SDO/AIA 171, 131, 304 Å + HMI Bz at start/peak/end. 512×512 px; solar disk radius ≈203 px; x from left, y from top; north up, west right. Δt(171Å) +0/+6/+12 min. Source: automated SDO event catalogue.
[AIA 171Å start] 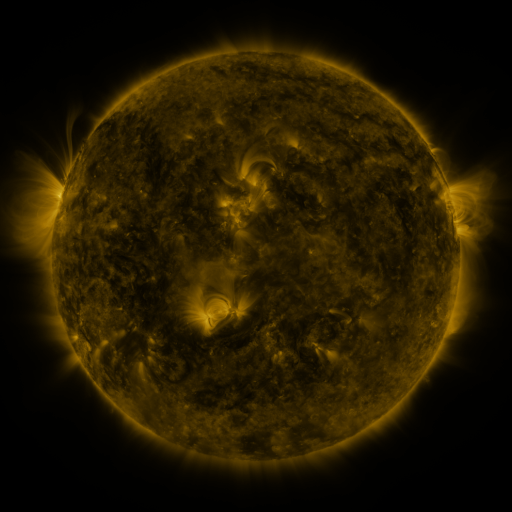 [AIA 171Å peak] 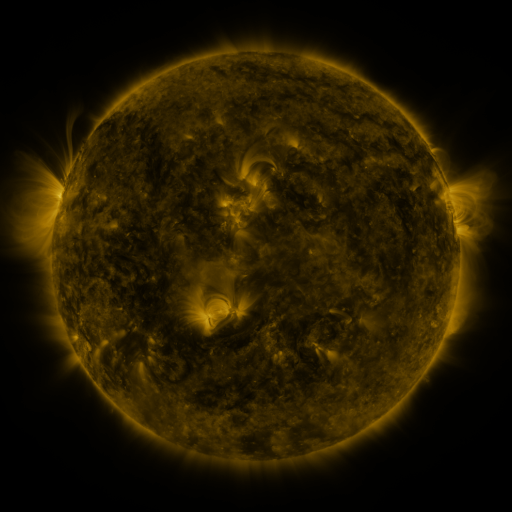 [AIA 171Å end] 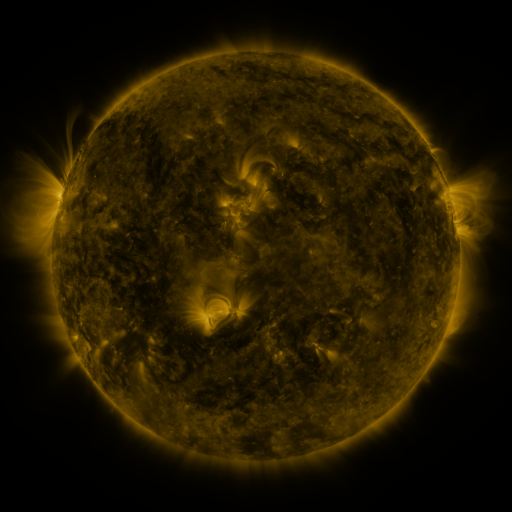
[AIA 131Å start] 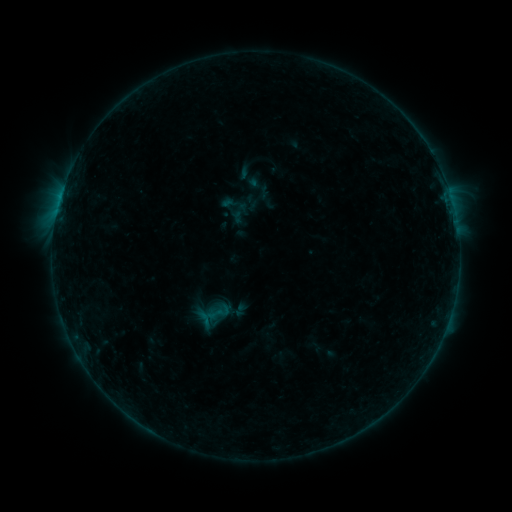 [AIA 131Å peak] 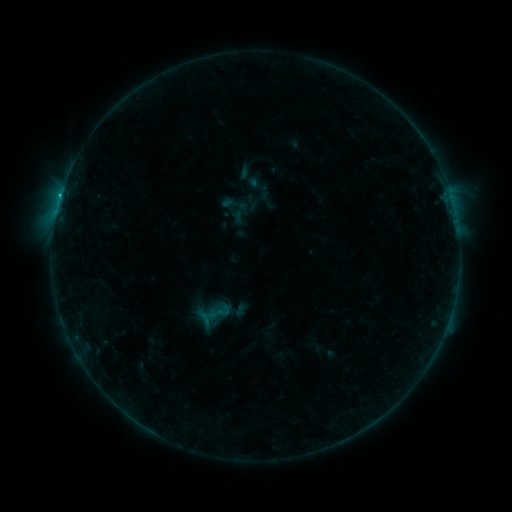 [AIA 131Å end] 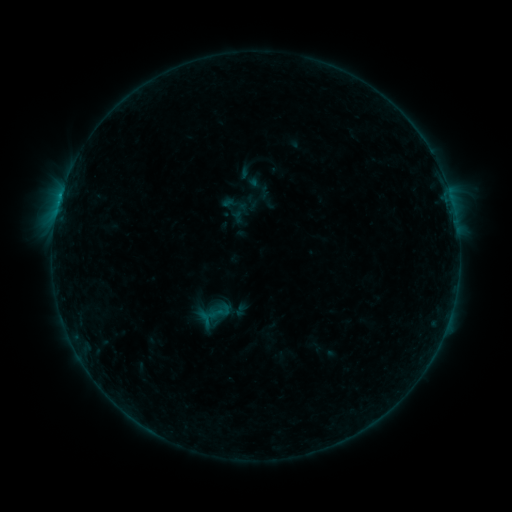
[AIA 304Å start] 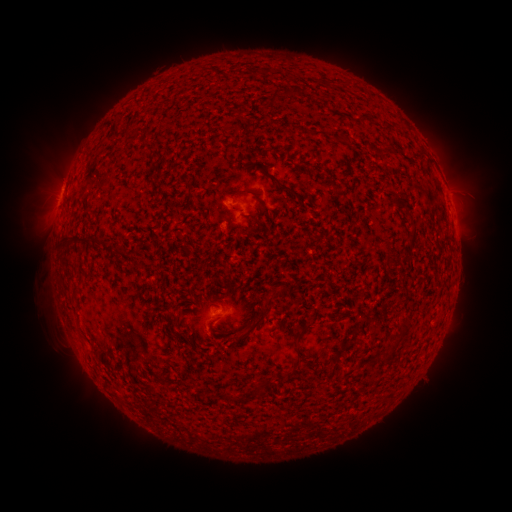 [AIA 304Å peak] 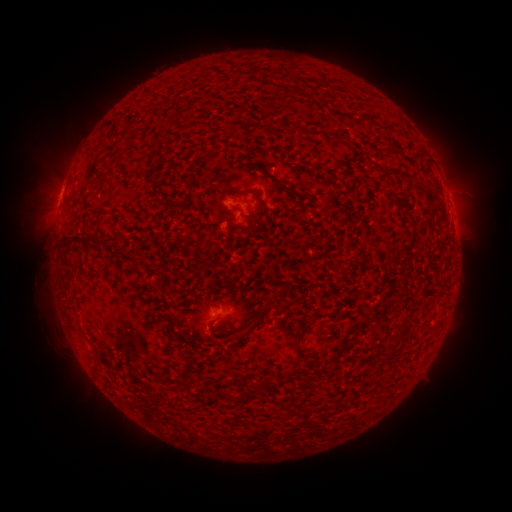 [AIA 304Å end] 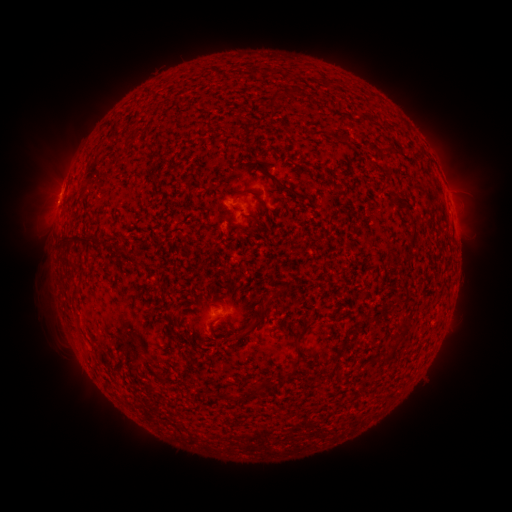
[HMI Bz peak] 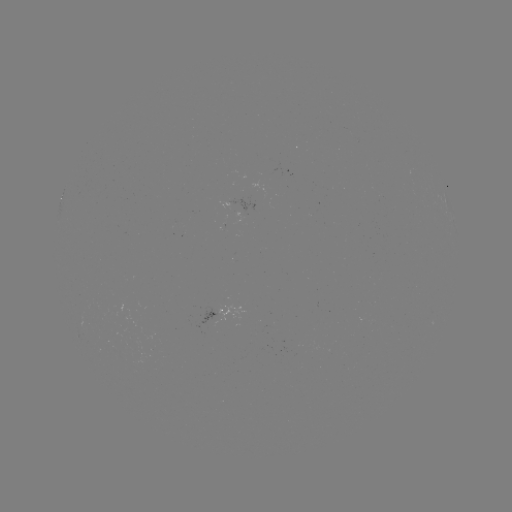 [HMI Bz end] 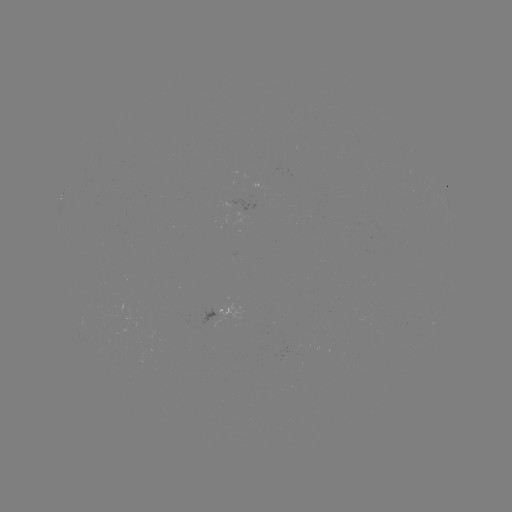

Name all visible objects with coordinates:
B4.7 flare: (60, 200)
